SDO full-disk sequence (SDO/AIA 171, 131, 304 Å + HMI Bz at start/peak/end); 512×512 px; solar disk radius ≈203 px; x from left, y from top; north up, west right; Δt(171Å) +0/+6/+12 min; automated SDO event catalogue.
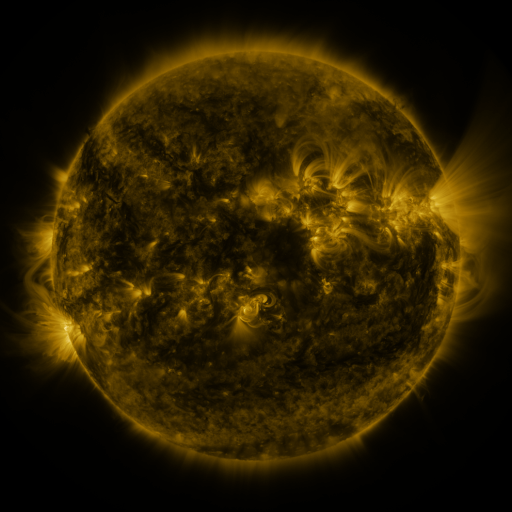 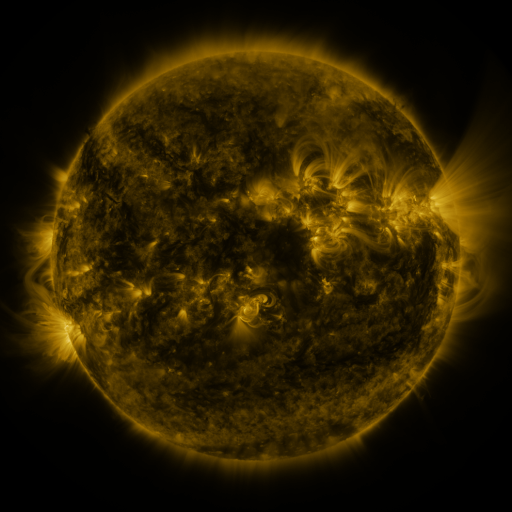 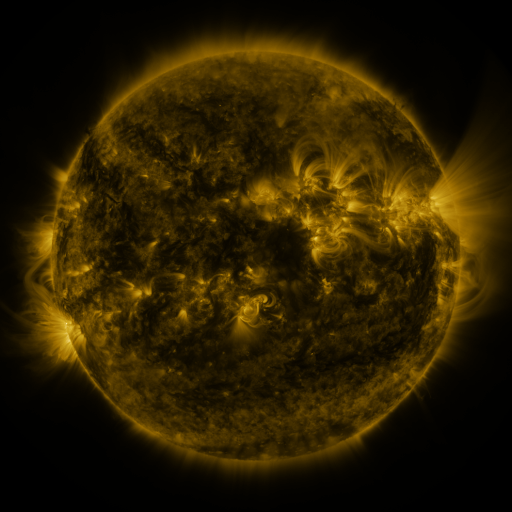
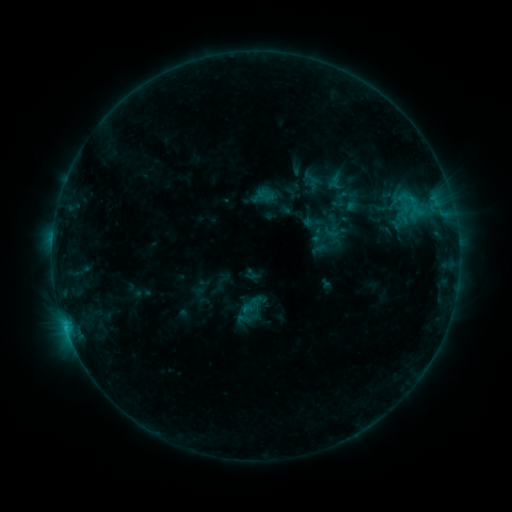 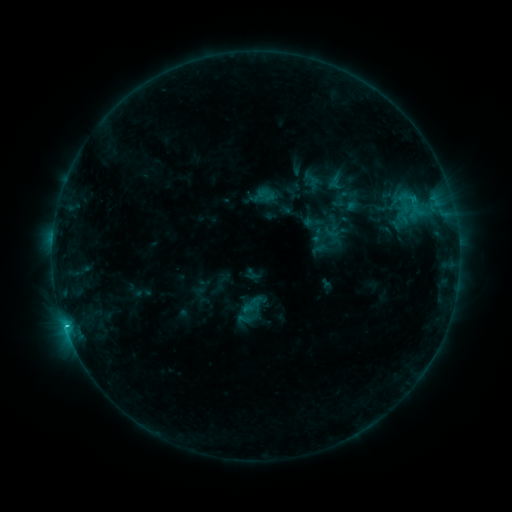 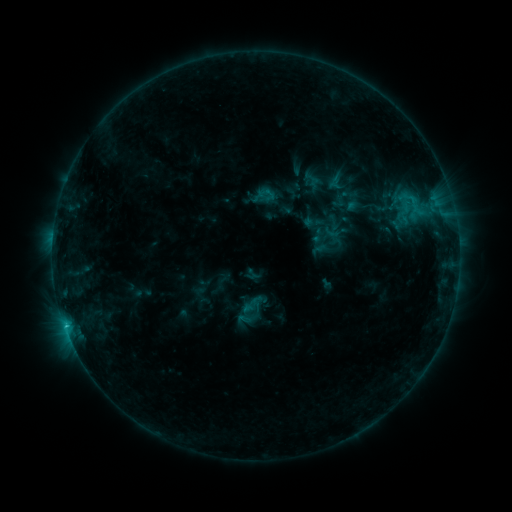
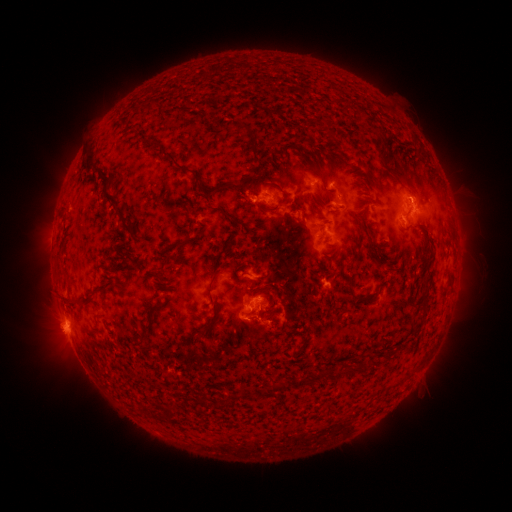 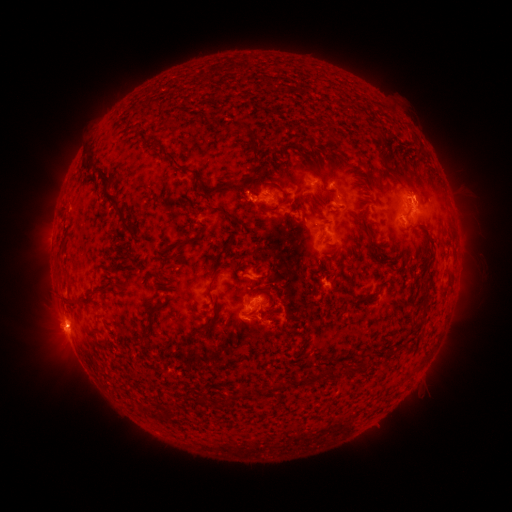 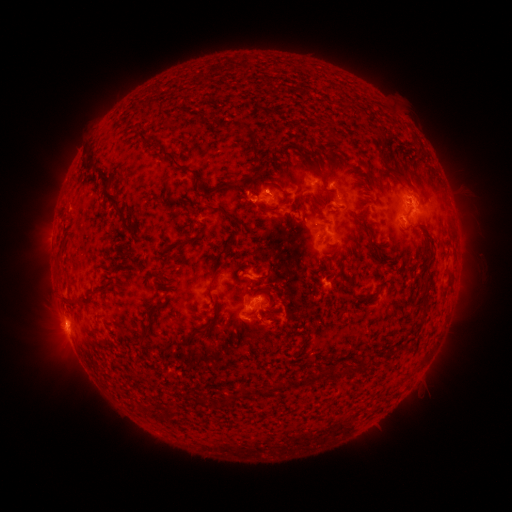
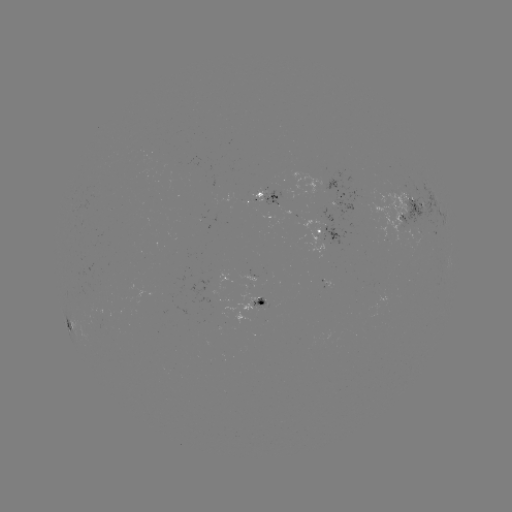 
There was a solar flare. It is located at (67, 322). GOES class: C1.3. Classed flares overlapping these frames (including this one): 1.